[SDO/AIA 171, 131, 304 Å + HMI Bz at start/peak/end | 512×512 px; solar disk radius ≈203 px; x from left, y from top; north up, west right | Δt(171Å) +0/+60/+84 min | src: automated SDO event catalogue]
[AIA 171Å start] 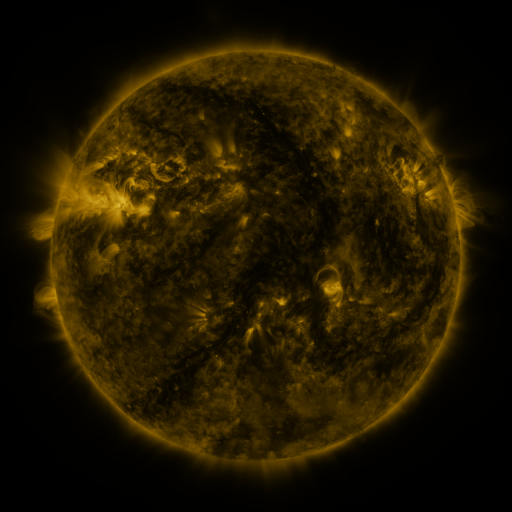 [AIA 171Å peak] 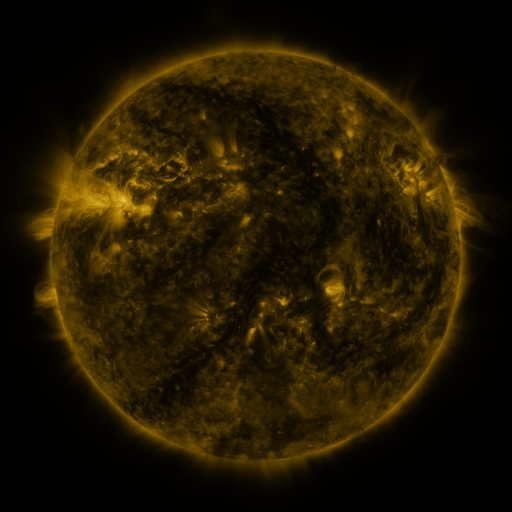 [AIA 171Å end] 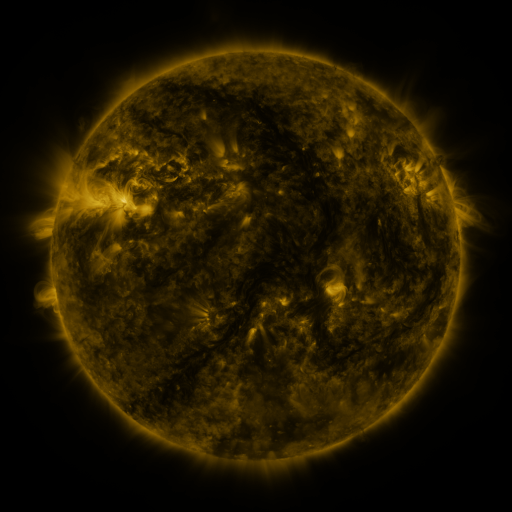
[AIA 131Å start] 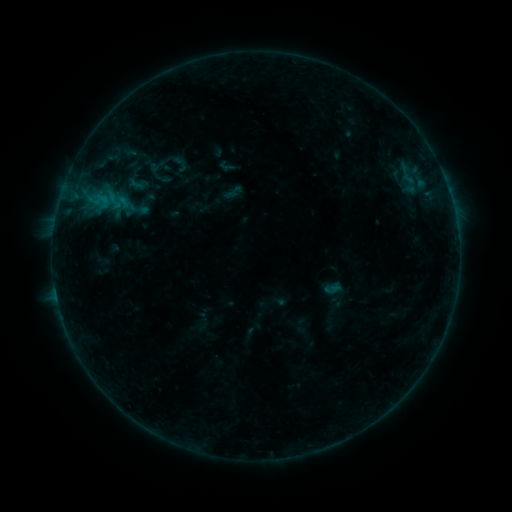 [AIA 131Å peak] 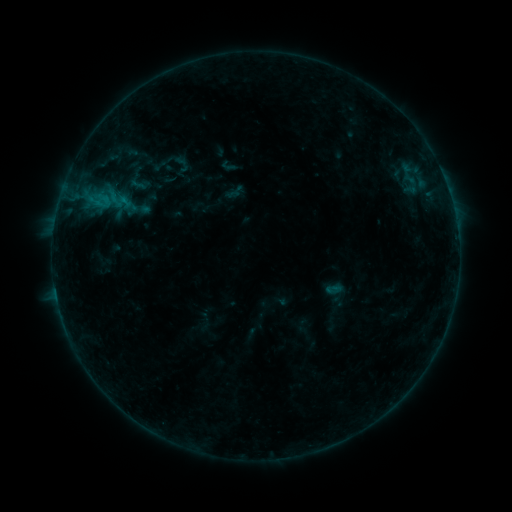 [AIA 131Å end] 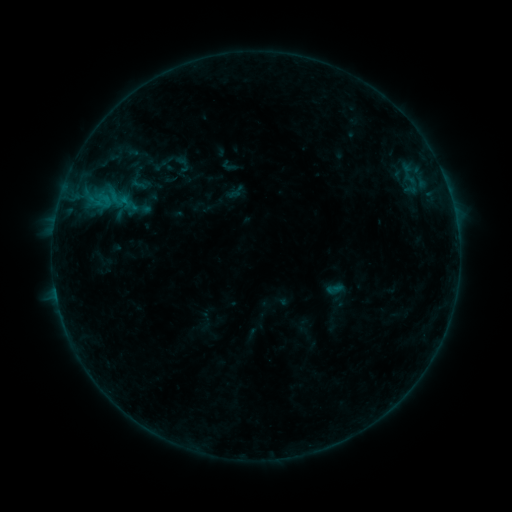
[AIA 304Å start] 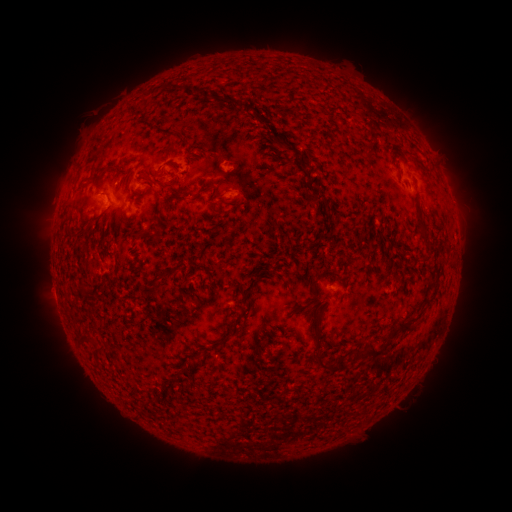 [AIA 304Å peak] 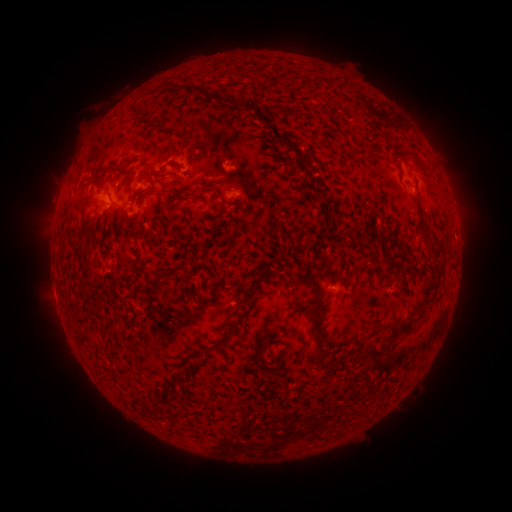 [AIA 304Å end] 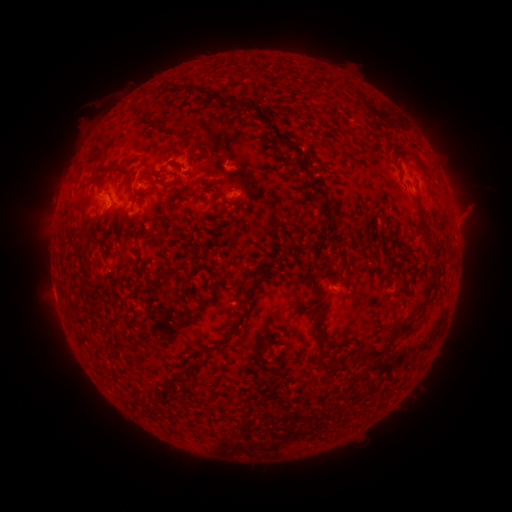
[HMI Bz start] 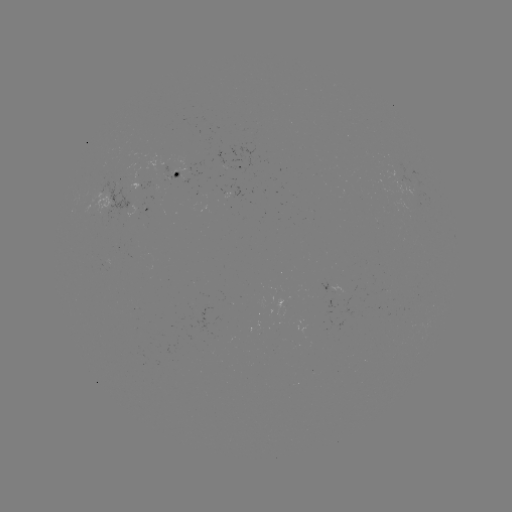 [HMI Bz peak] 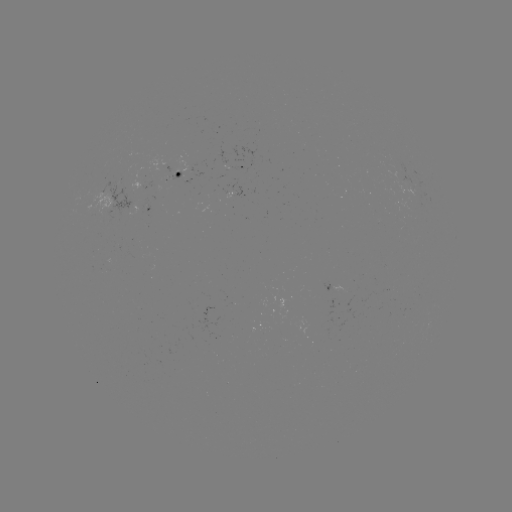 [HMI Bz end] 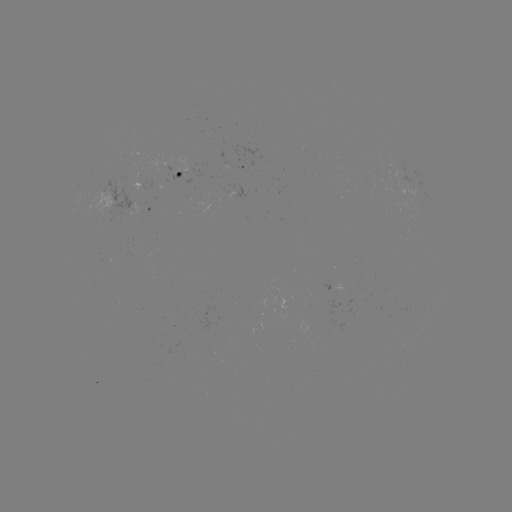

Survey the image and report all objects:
emerging-flux region: (186, 181)
